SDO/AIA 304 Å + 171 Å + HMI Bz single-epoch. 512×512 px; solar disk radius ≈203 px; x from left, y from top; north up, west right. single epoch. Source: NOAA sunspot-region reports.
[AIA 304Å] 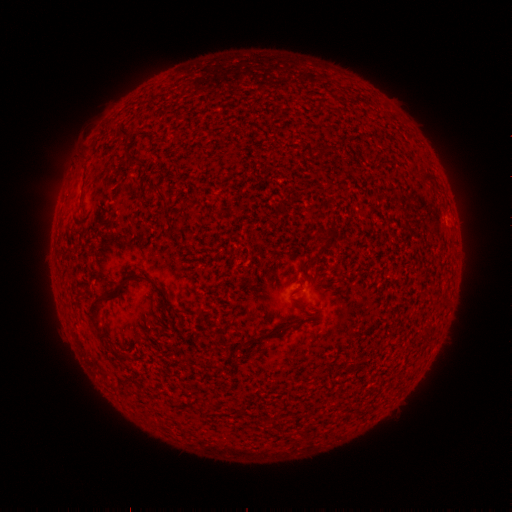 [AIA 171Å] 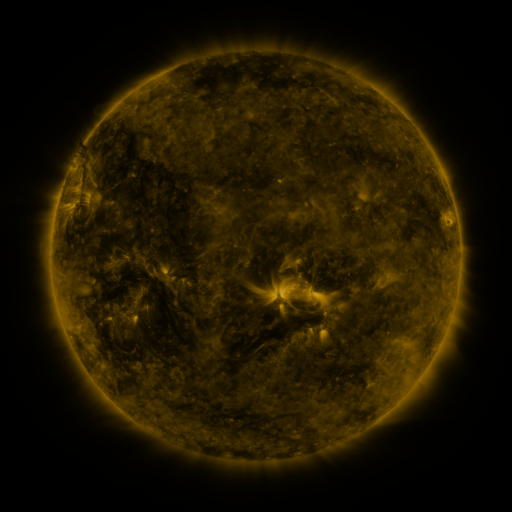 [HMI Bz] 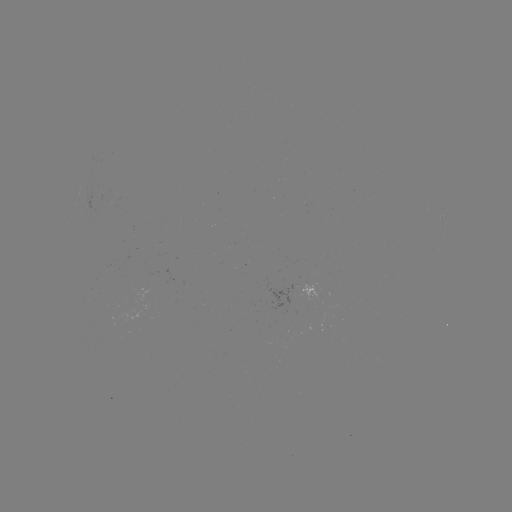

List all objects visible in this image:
(none)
